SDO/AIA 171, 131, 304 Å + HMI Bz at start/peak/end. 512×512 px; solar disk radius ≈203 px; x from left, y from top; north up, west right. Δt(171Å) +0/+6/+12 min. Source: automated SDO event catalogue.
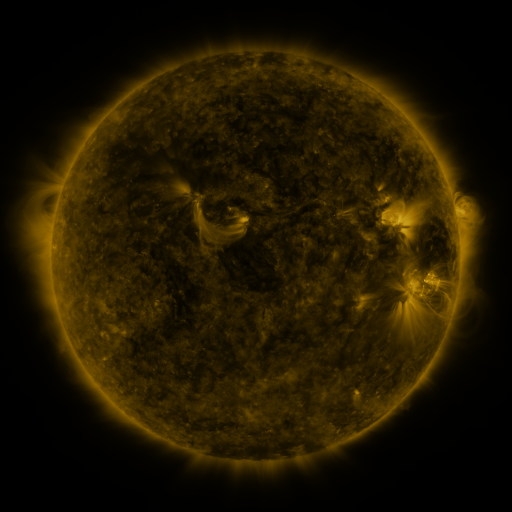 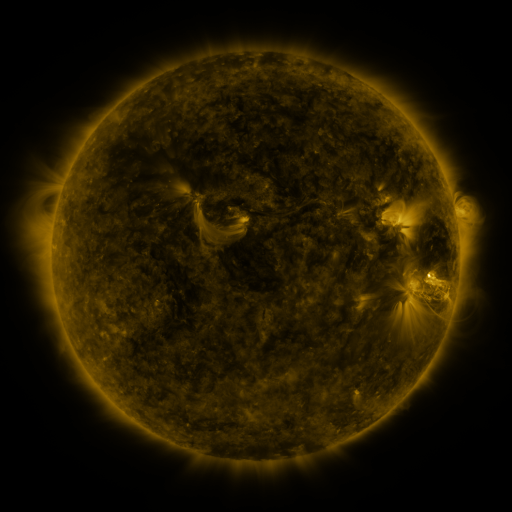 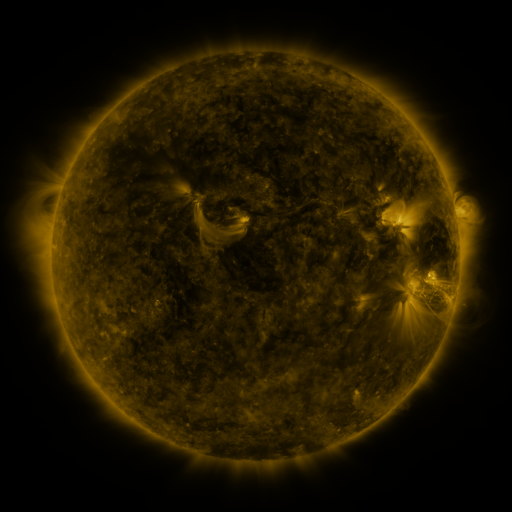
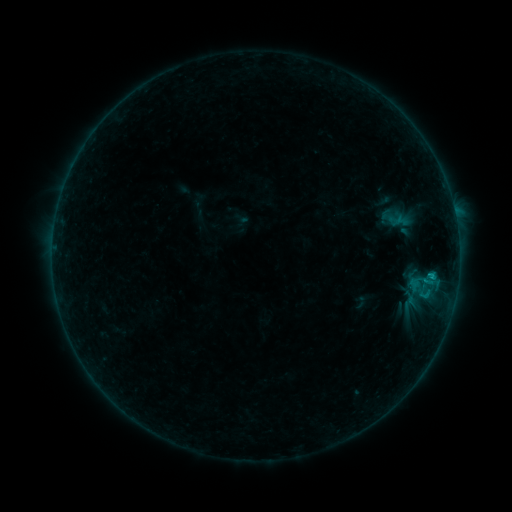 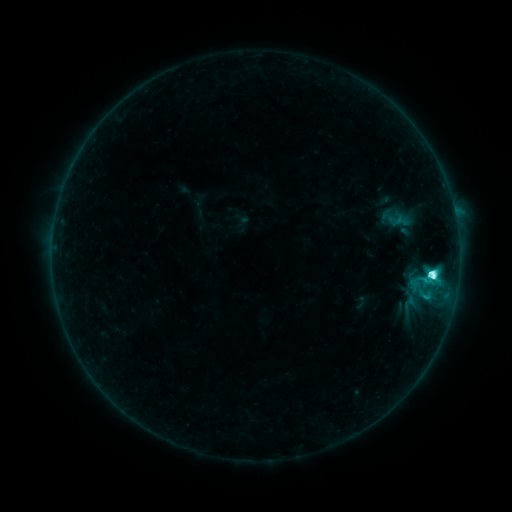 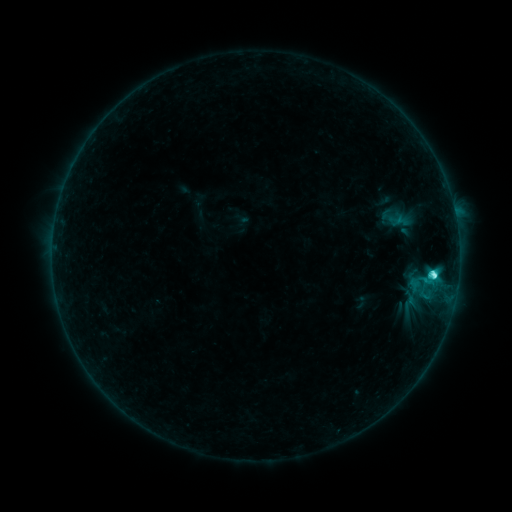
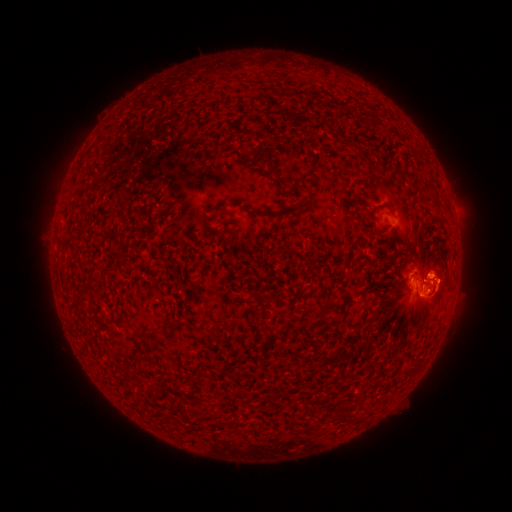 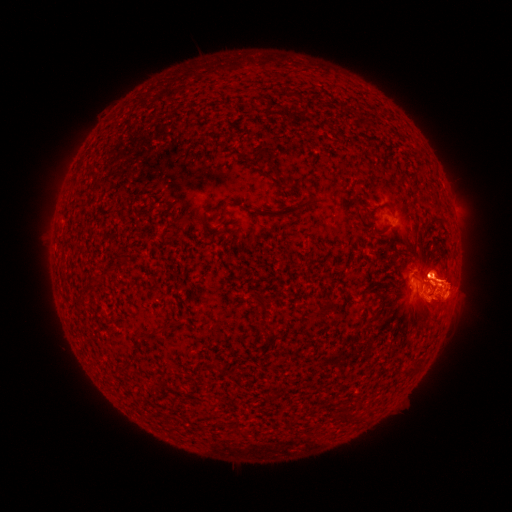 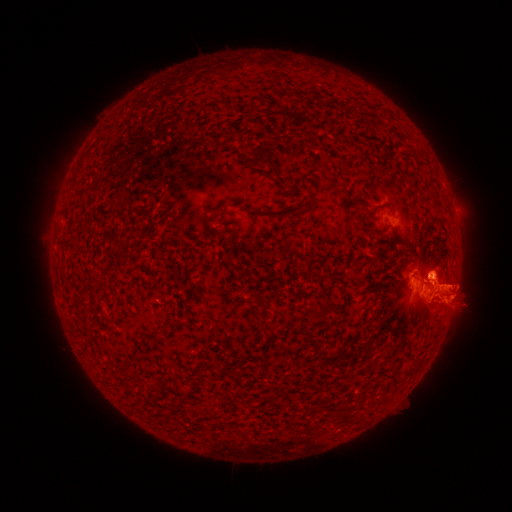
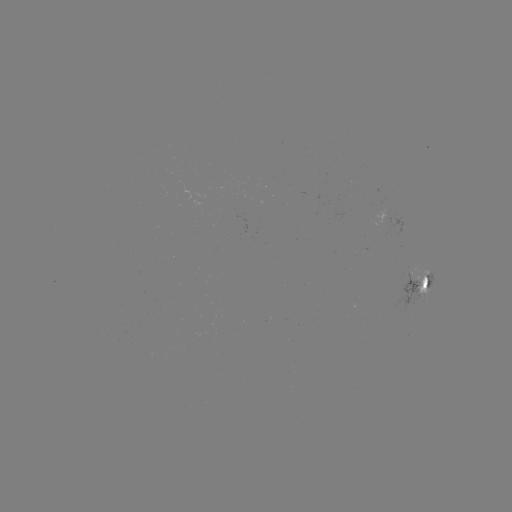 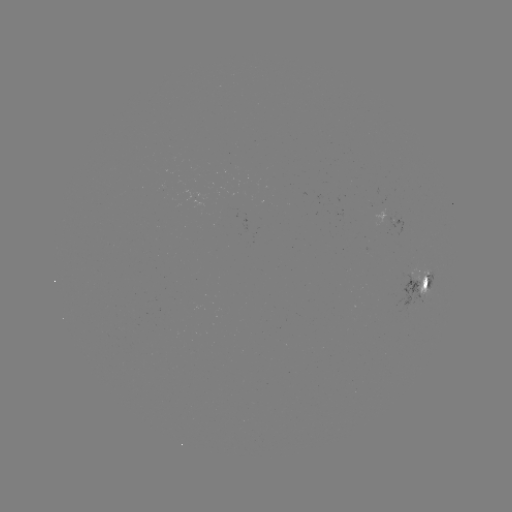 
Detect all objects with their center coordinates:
eruption: (449, 210)
